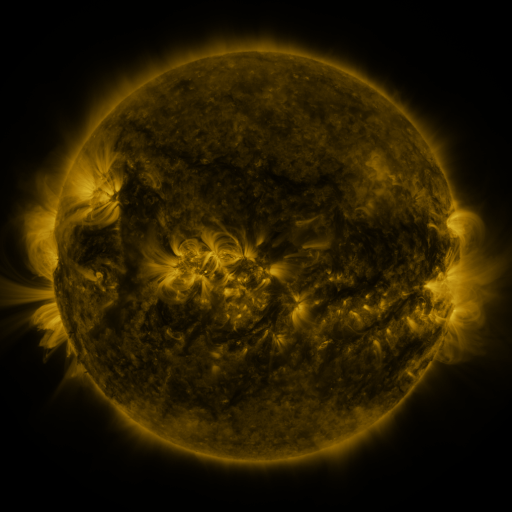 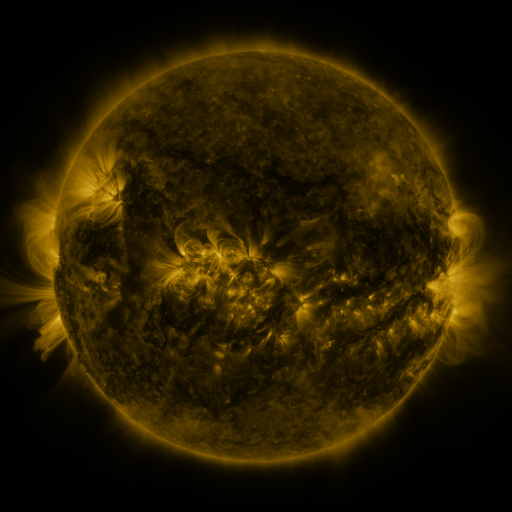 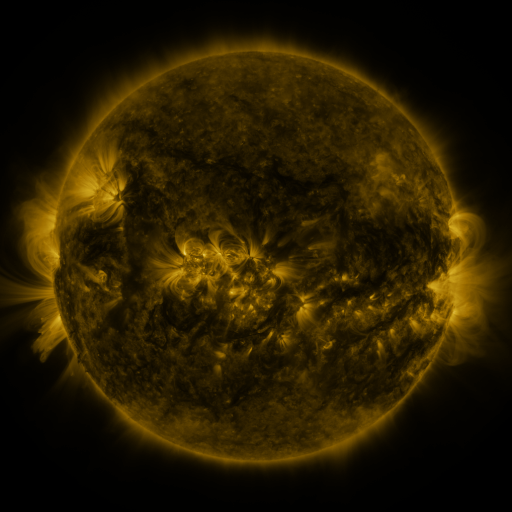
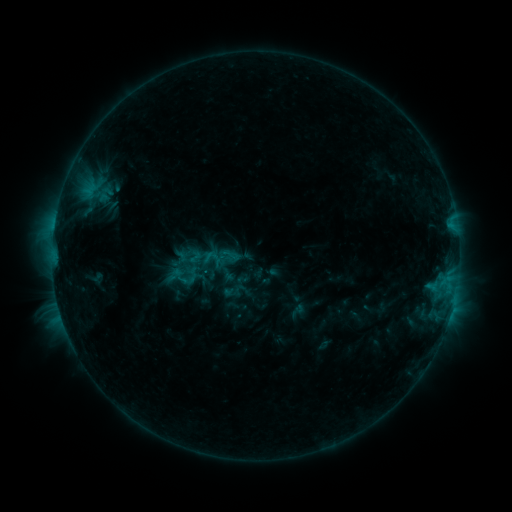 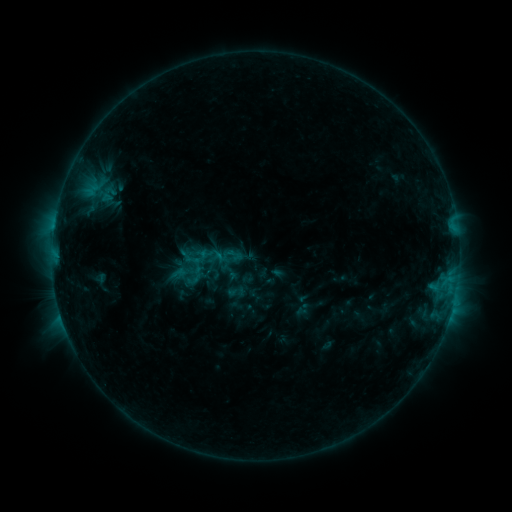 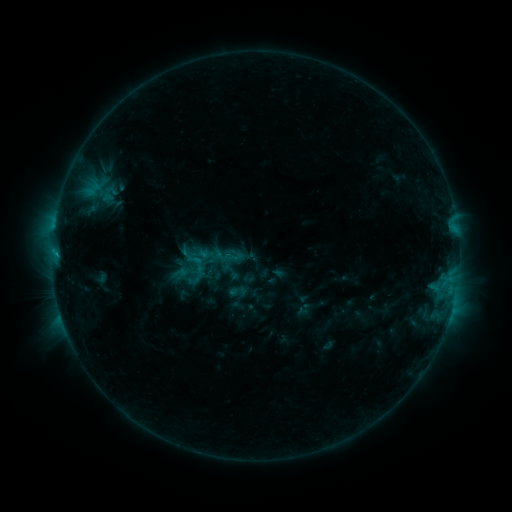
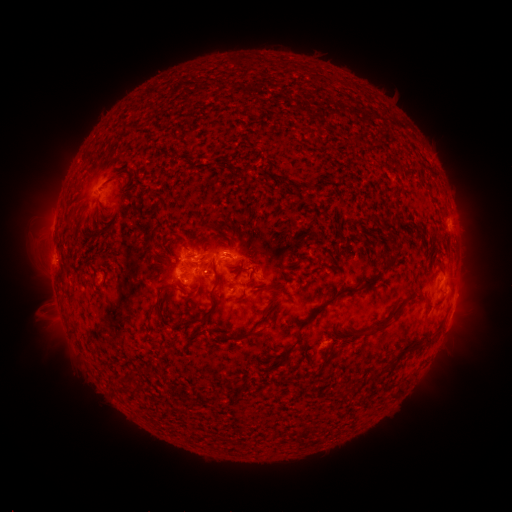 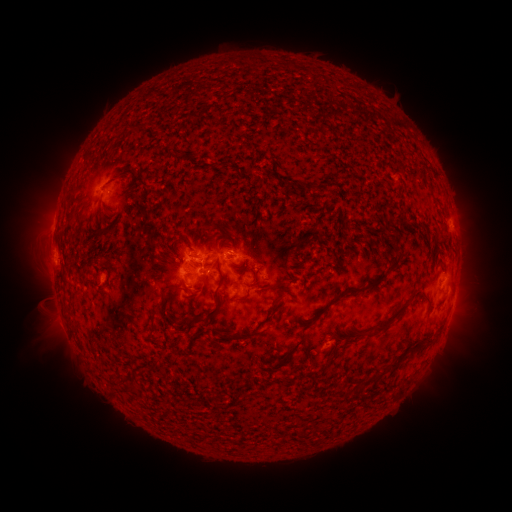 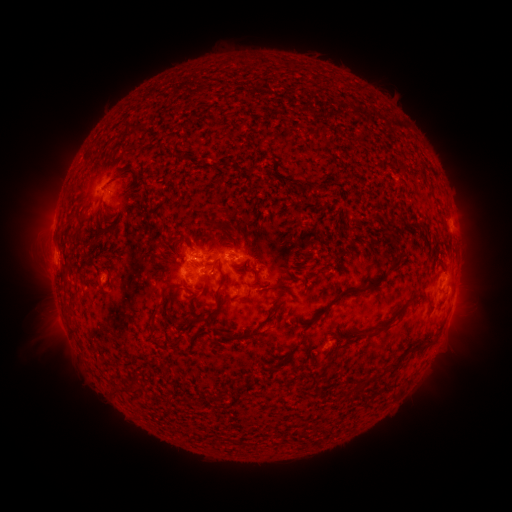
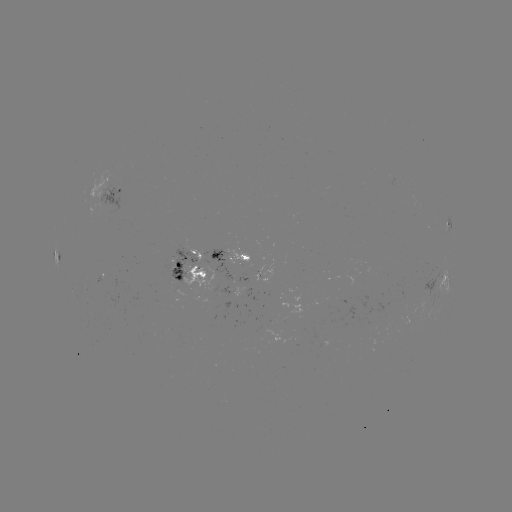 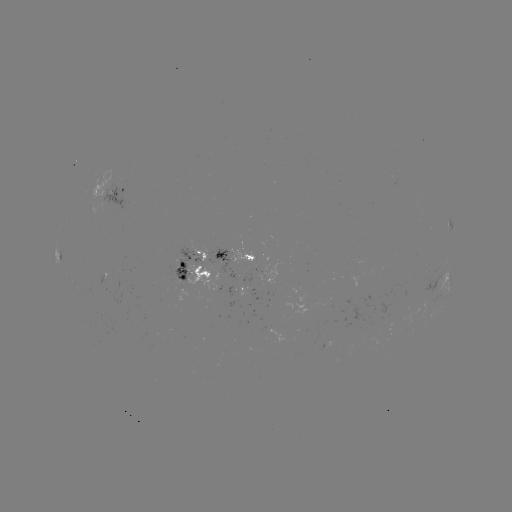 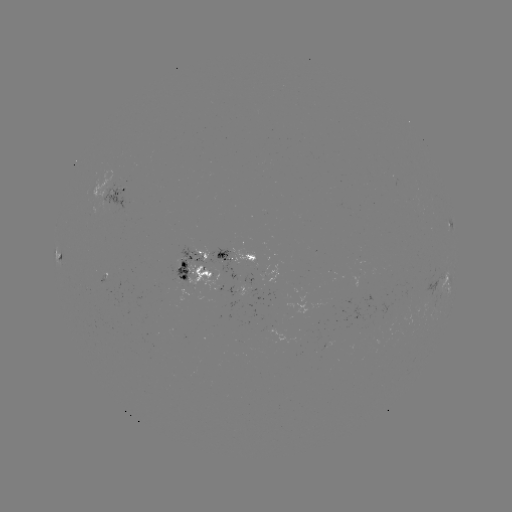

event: emerging-flux region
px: (233, 290)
